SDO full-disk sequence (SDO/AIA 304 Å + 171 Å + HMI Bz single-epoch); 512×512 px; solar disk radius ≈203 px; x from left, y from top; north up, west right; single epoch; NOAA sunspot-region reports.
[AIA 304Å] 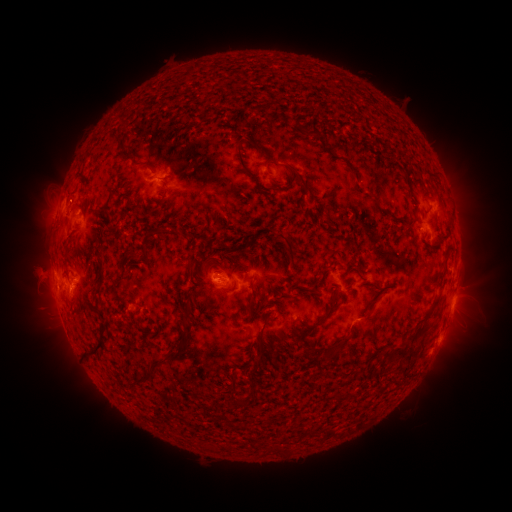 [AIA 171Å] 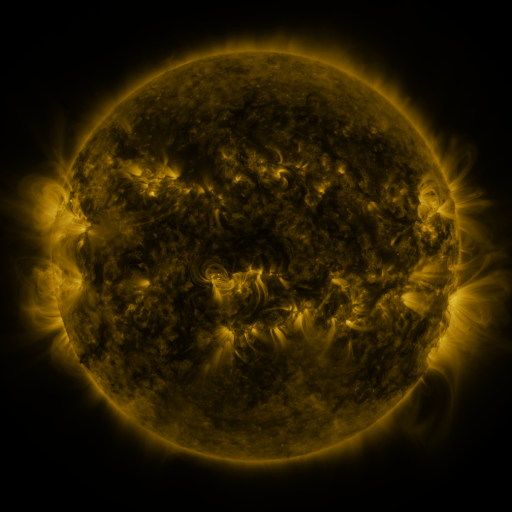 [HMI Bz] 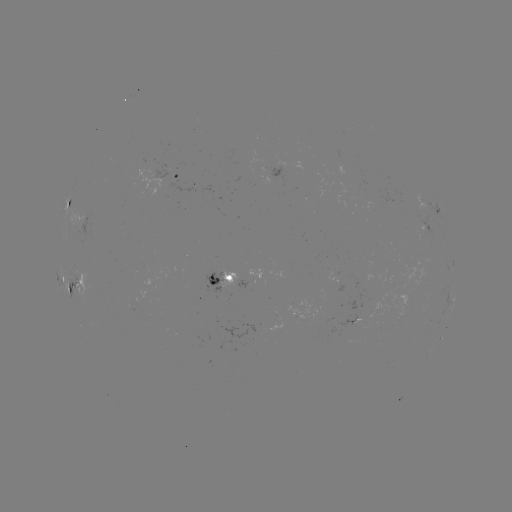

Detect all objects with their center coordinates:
spotted active region: (176, 176)
spotted active region: (70, 202)
spotted active region: (436, 210)
spotted active region: (339, 281)
spotted active region: (225, 282)
spotted active region: (76, 284)
spotted active region: (453, 301)
spotted active region: (357, 320)
